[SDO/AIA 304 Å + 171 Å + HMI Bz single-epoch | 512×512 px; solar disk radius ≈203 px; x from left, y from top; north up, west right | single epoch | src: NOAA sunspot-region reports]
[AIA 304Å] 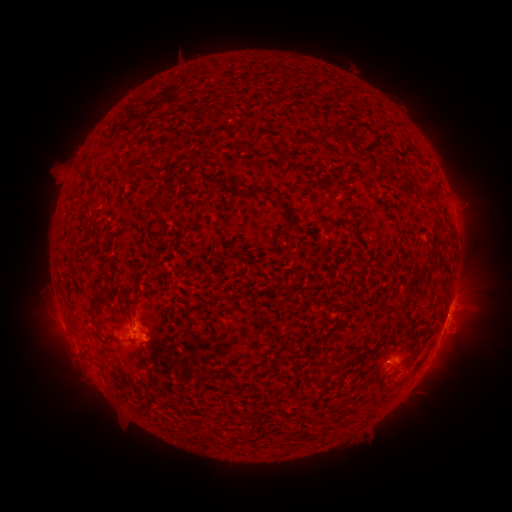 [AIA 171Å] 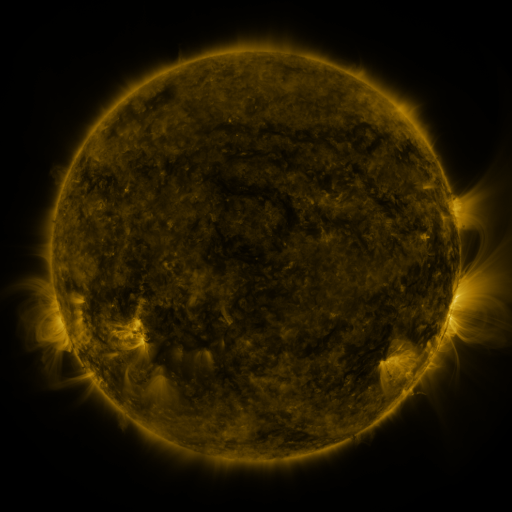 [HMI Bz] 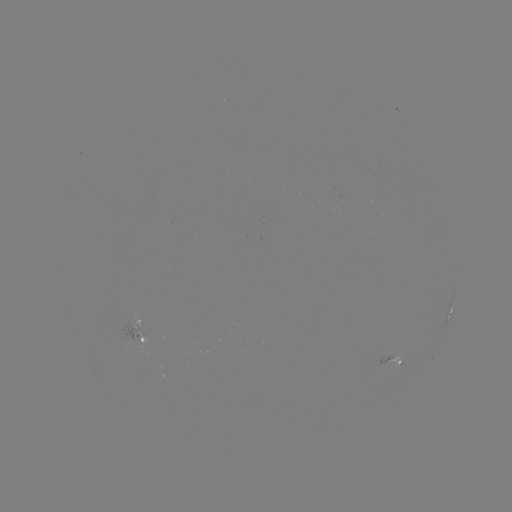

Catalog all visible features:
spotted active region: (450, 315)
spotted active region: (138, 324)
spotted active region: (144, 344)
spotted active region: (395, 360)
